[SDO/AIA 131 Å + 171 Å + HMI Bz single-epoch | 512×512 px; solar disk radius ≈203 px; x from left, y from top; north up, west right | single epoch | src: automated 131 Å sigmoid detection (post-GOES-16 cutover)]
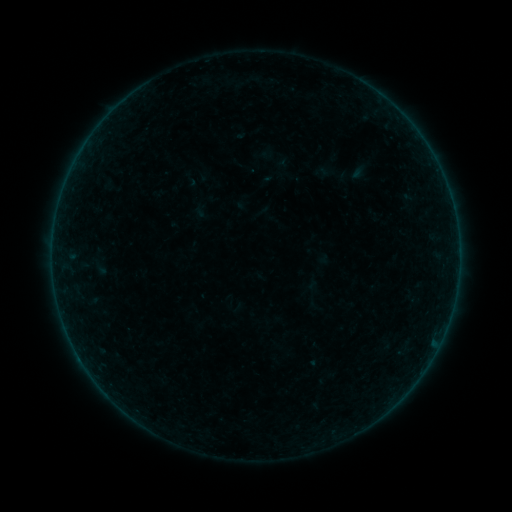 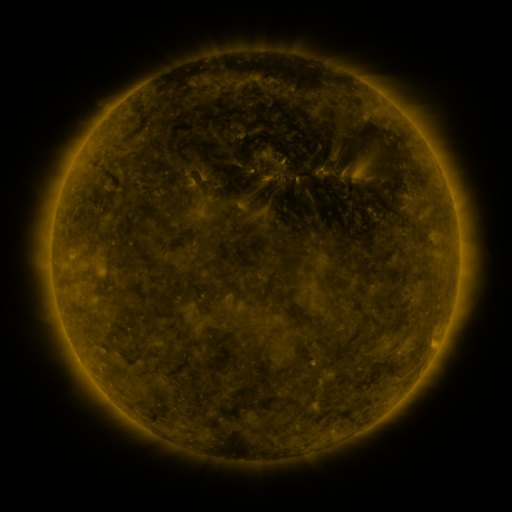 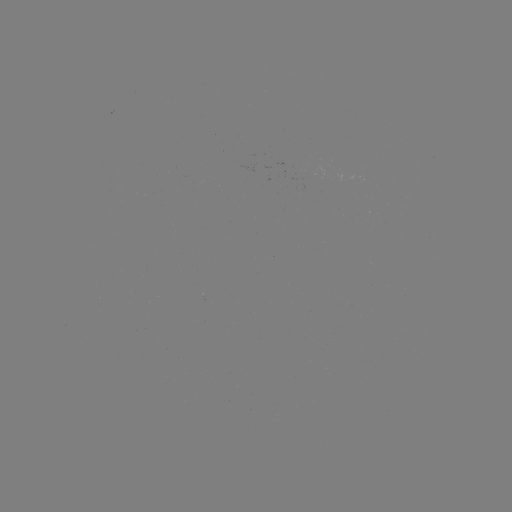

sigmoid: [182, 169, 200, 188]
